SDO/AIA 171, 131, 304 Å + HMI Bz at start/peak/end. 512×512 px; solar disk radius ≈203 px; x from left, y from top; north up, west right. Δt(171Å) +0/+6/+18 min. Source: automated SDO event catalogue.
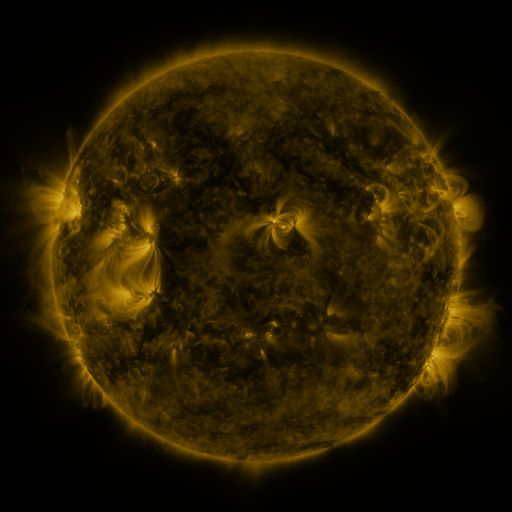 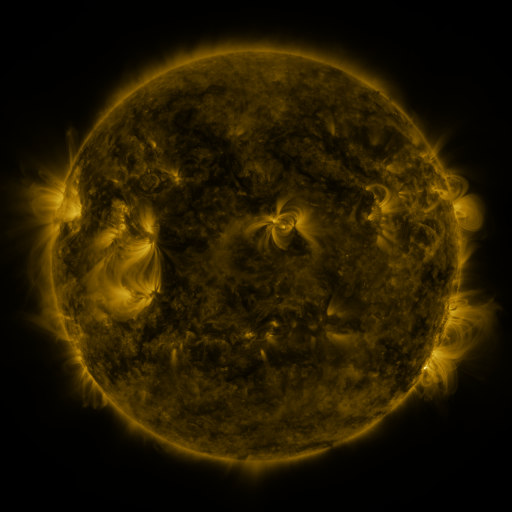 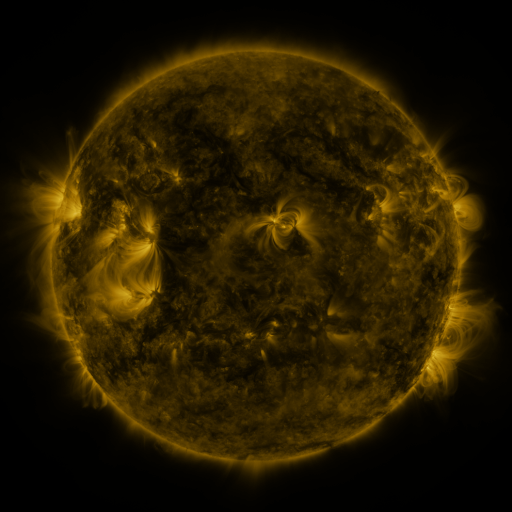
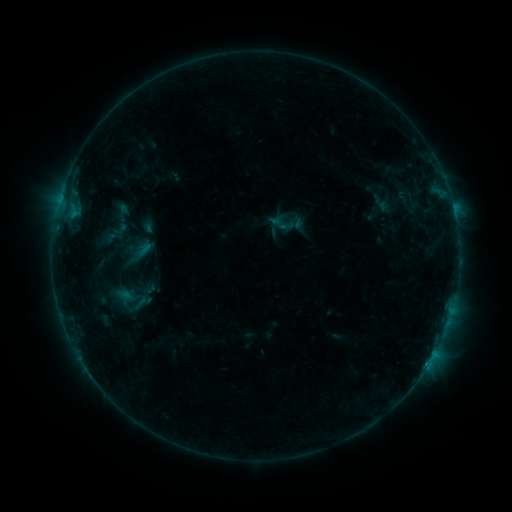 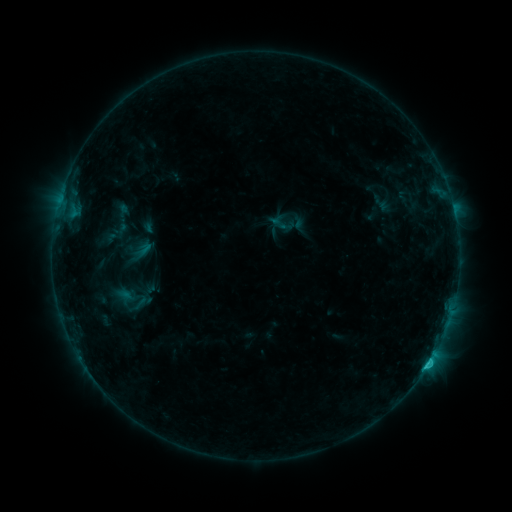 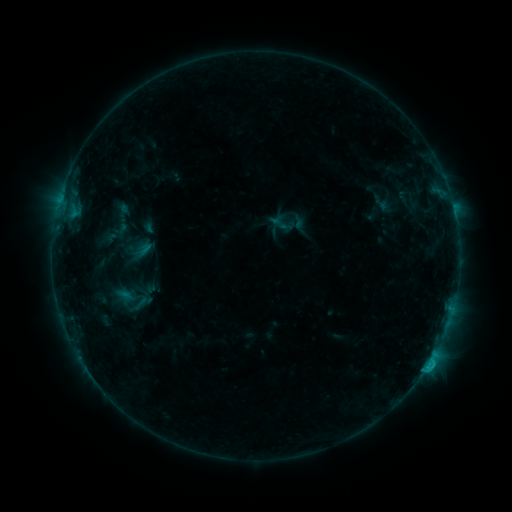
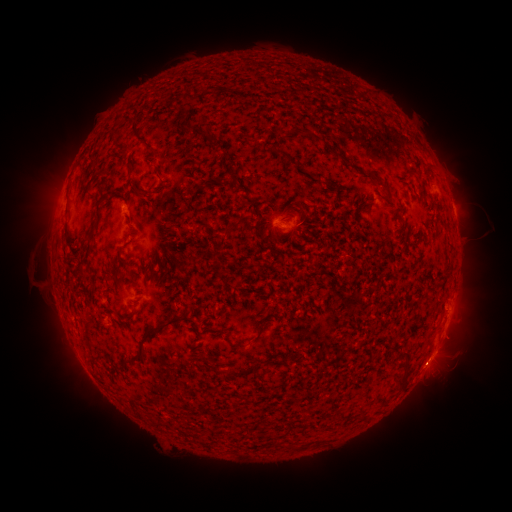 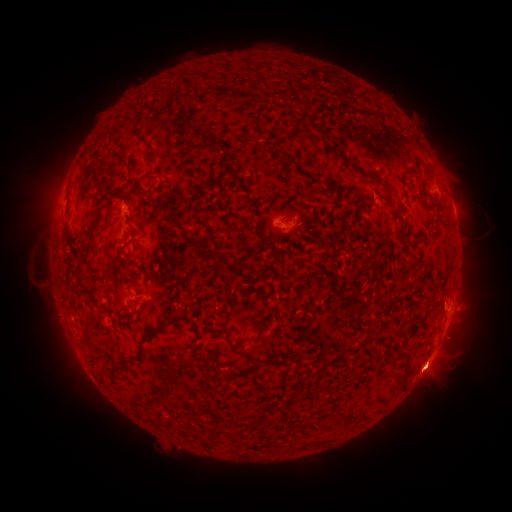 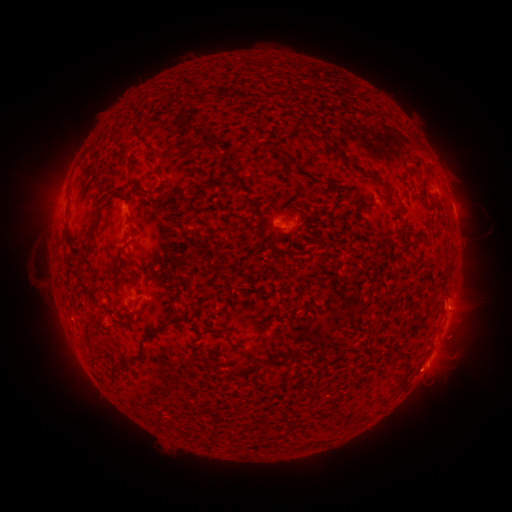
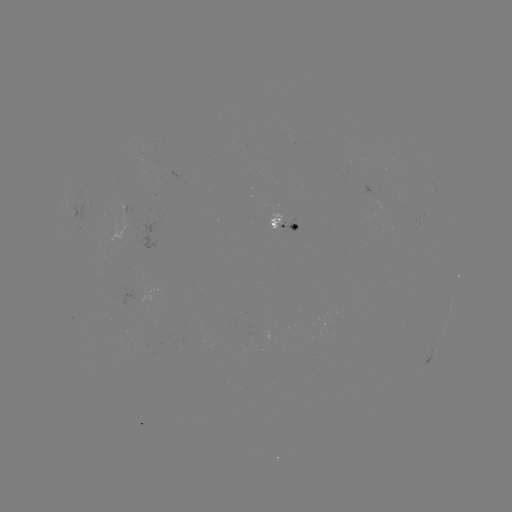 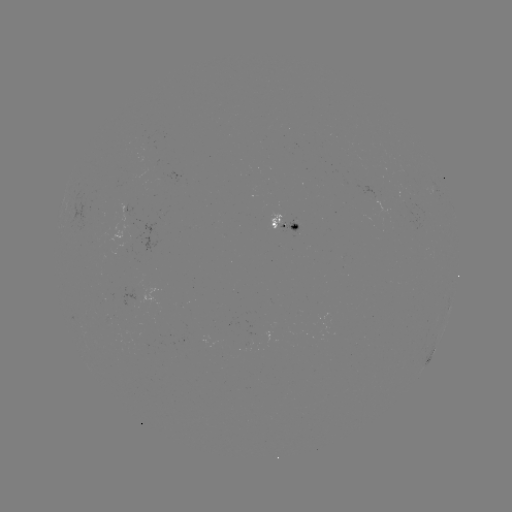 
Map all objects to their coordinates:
eruption: (467, 306)
